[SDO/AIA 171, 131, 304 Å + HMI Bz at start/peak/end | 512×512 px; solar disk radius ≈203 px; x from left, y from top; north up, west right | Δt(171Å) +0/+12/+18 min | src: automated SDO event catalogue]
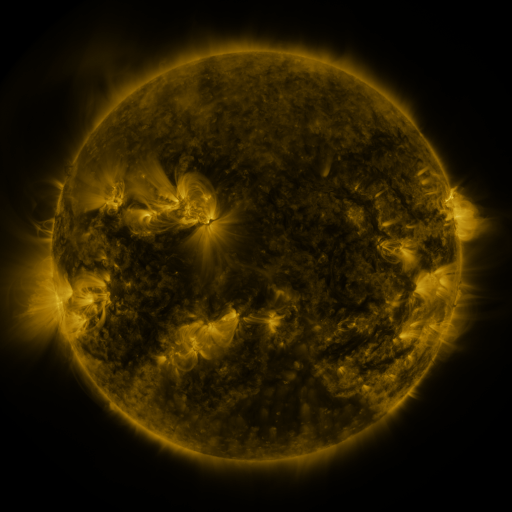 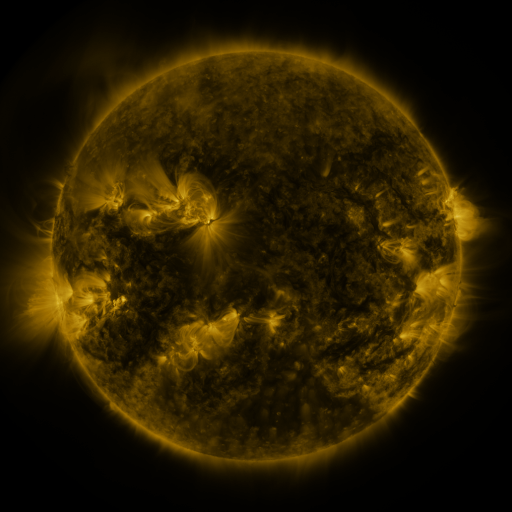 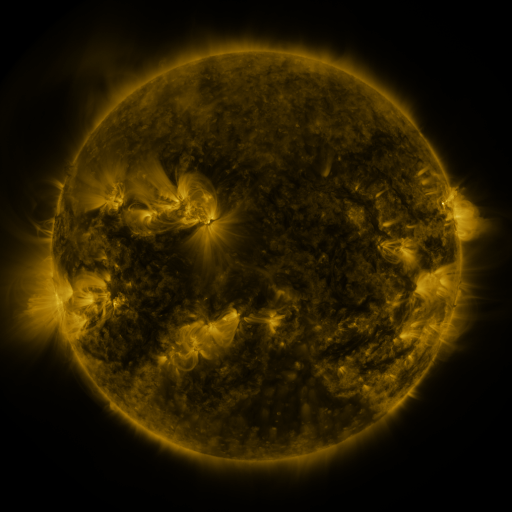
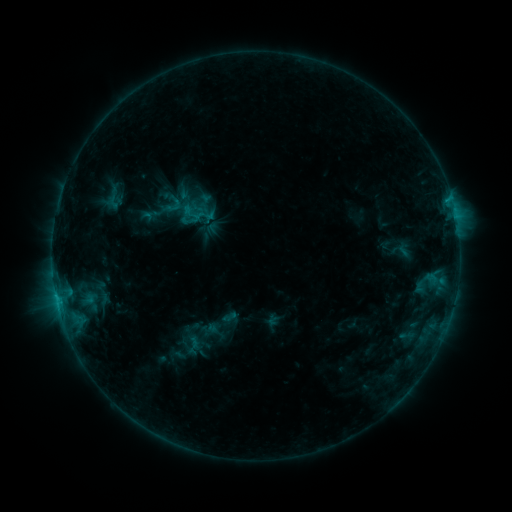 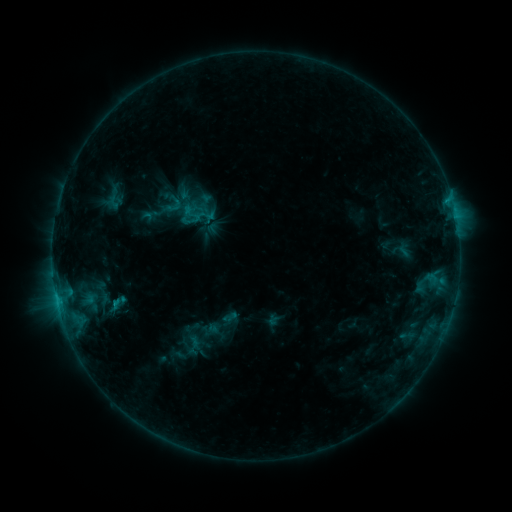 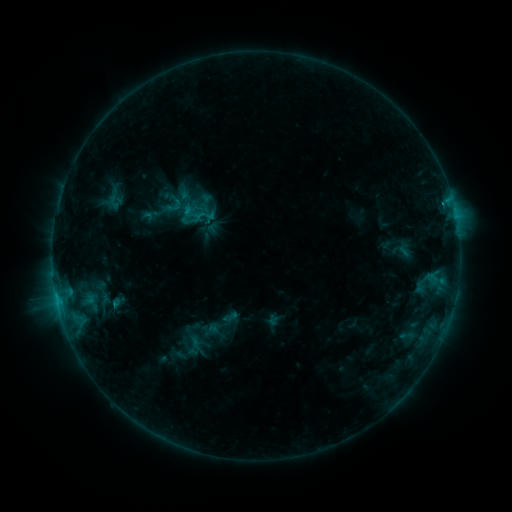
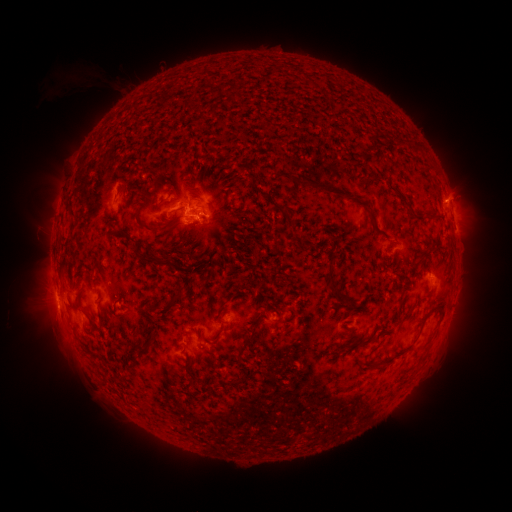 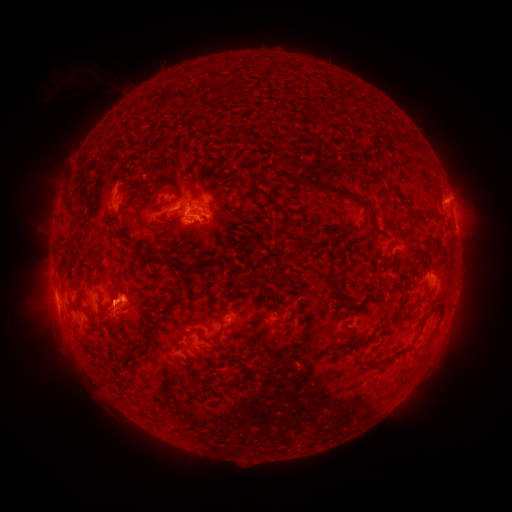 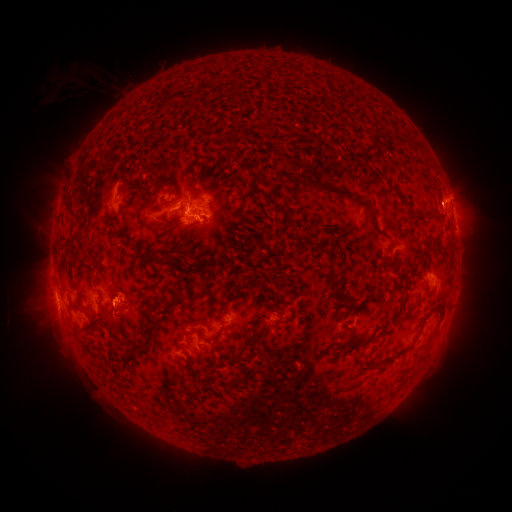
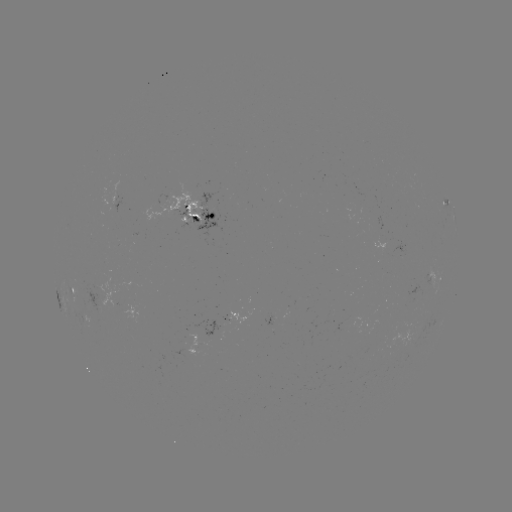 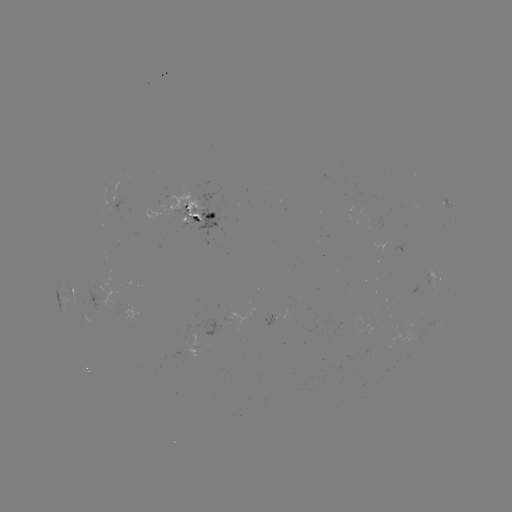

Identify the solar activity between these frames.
eruption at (120, 301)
